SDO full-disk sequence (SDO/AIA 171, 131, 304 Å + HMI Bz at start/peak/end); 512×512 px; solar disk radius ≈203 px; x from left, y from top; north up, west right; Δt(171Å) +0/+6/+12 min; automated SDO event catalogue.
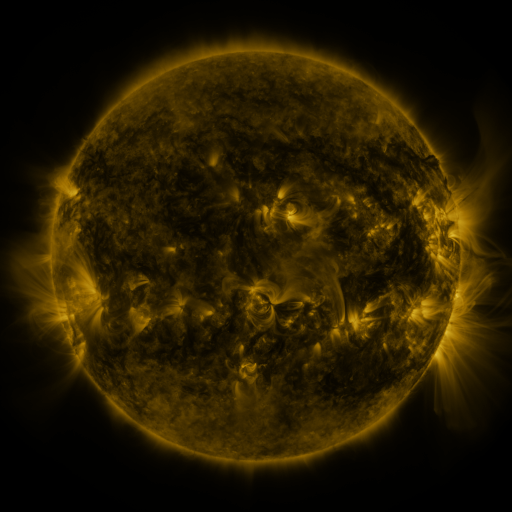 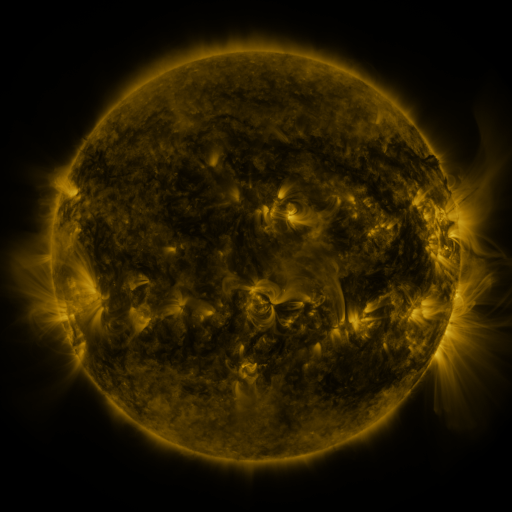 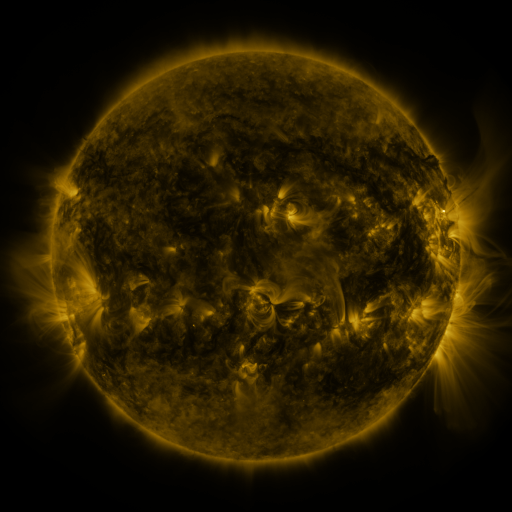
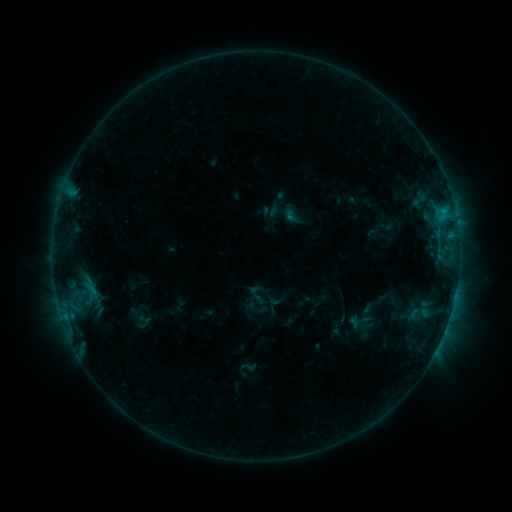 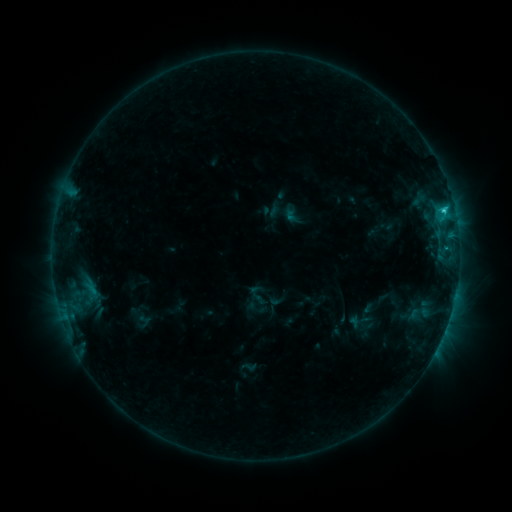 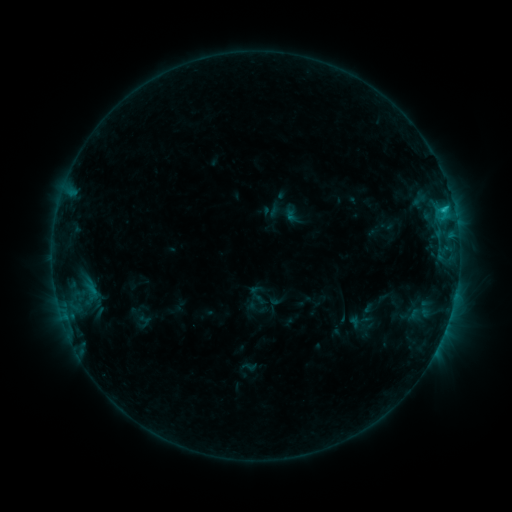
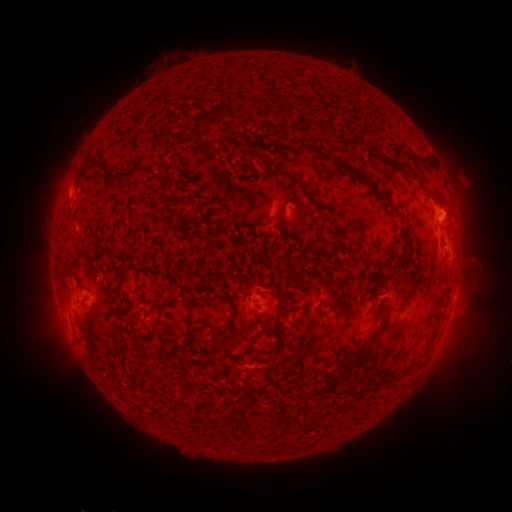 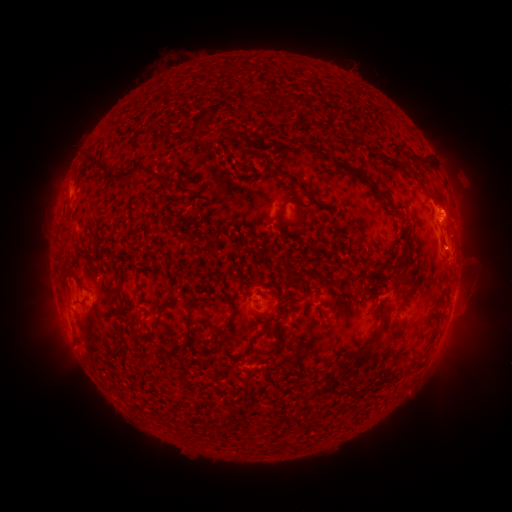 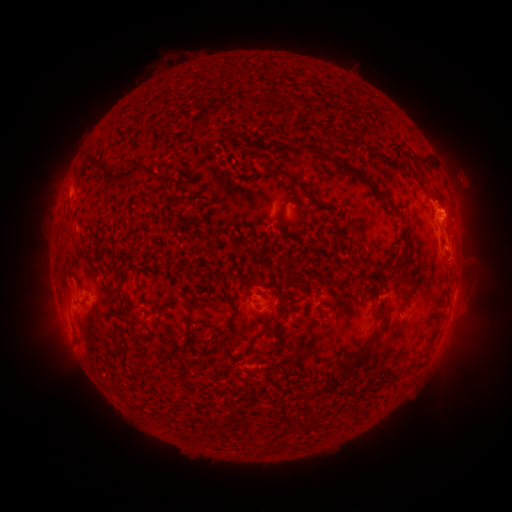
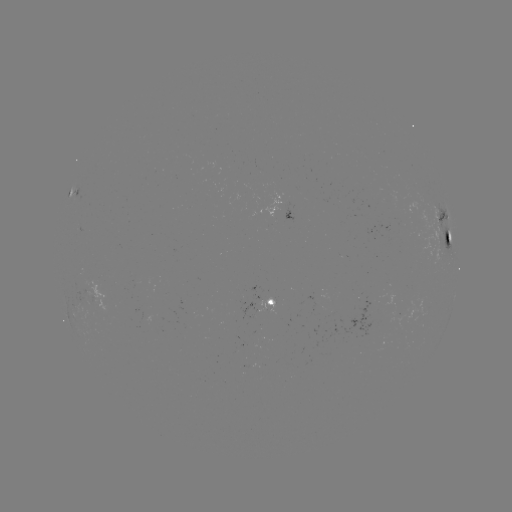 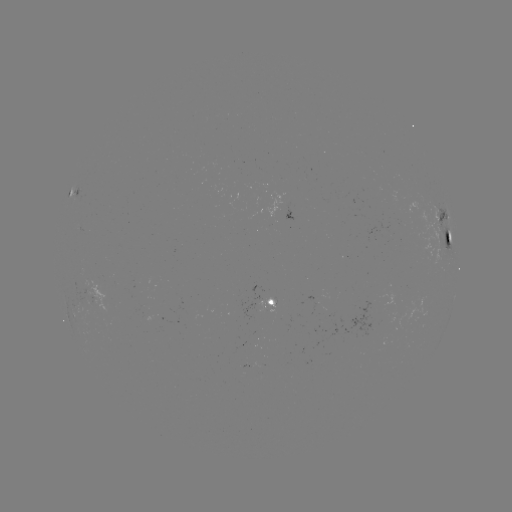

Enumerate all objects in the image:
C1.4 flare: (443, 212)
